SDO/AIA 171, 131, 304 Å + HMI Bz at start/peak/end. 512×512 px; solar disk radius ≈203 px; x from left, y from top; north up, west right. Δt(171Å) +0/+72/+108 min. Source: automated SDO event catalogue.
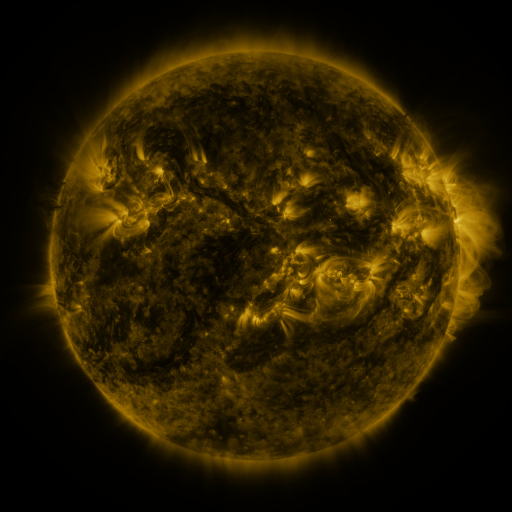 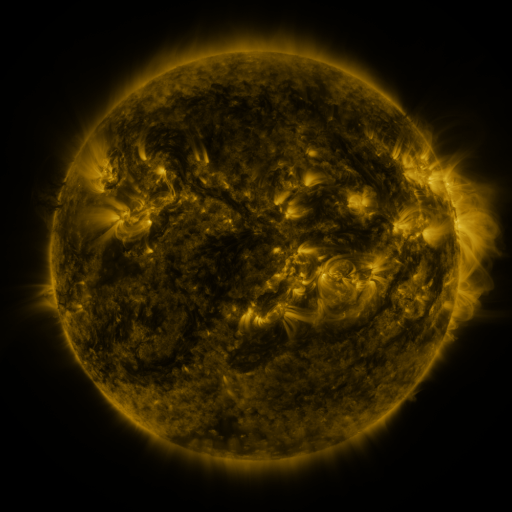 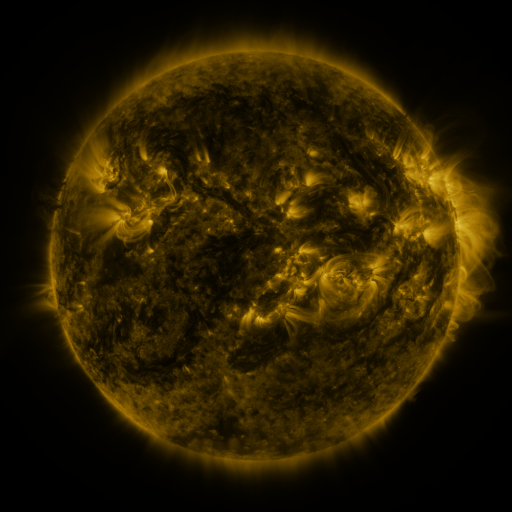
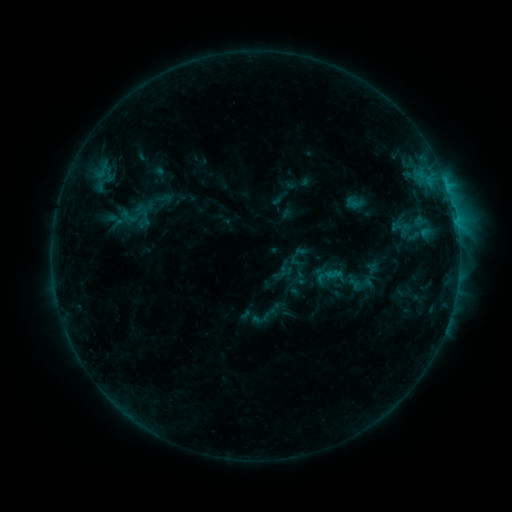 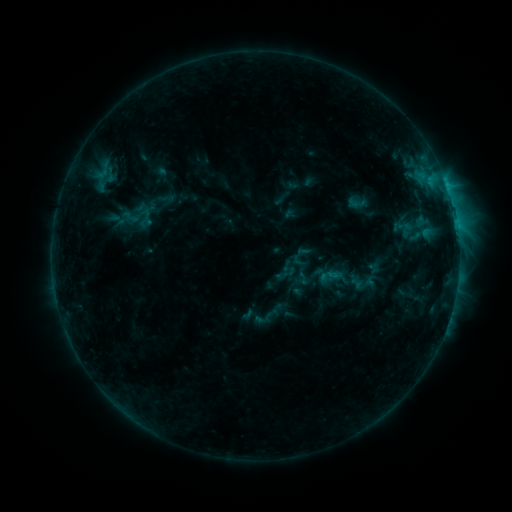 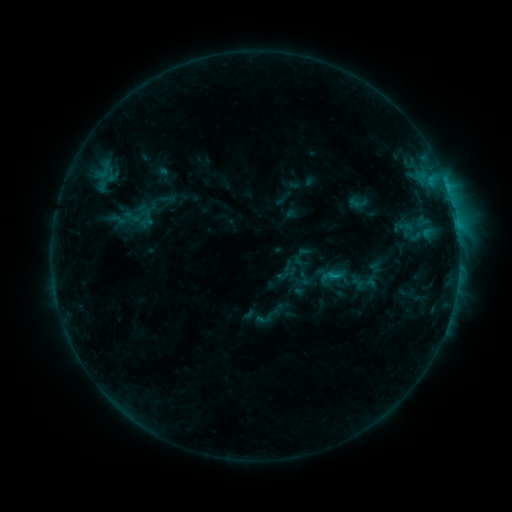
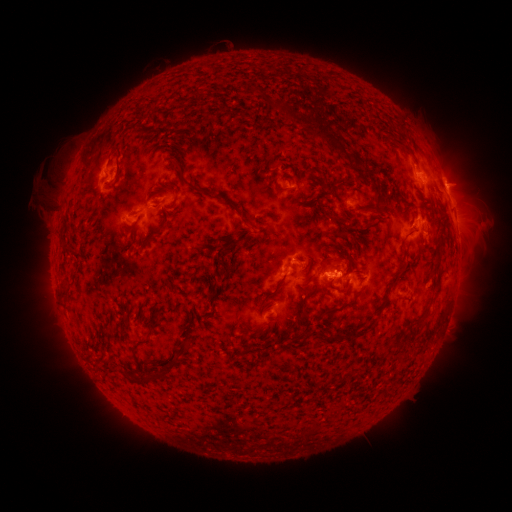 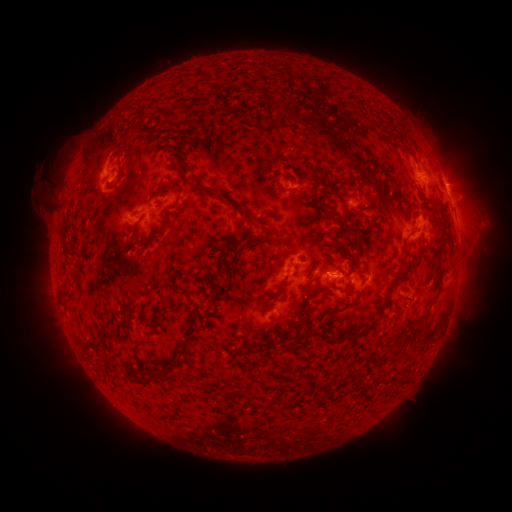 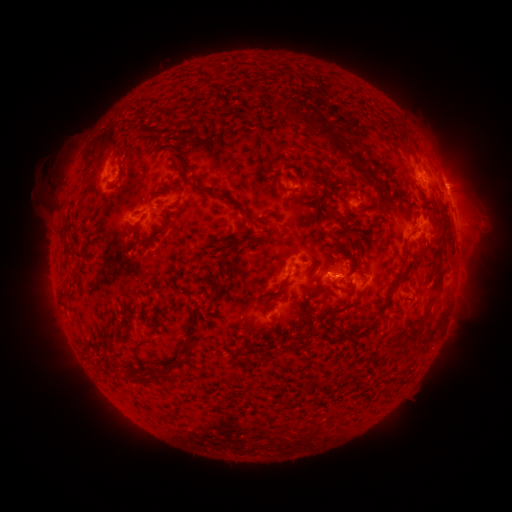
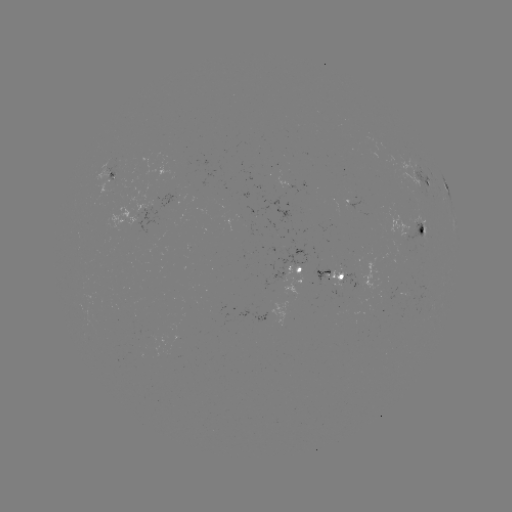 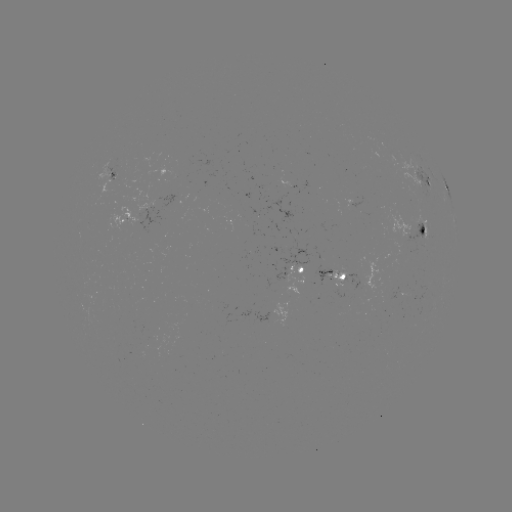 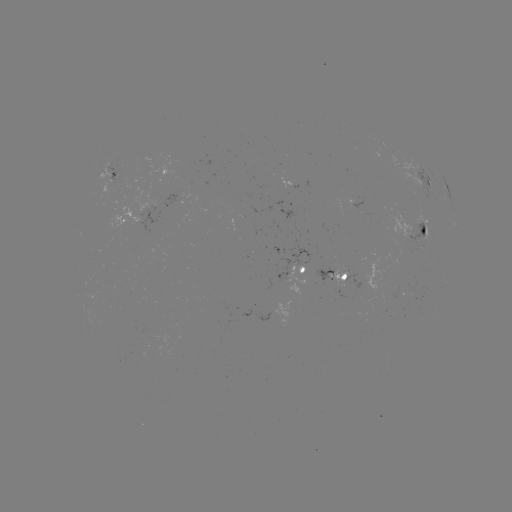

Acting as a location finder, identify emerging-flux region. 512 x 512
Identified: (180, 338).